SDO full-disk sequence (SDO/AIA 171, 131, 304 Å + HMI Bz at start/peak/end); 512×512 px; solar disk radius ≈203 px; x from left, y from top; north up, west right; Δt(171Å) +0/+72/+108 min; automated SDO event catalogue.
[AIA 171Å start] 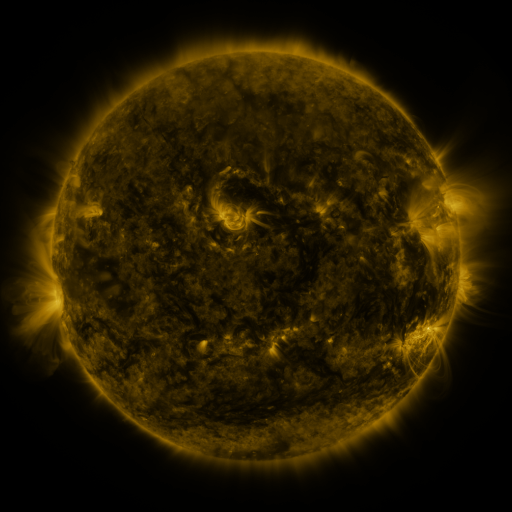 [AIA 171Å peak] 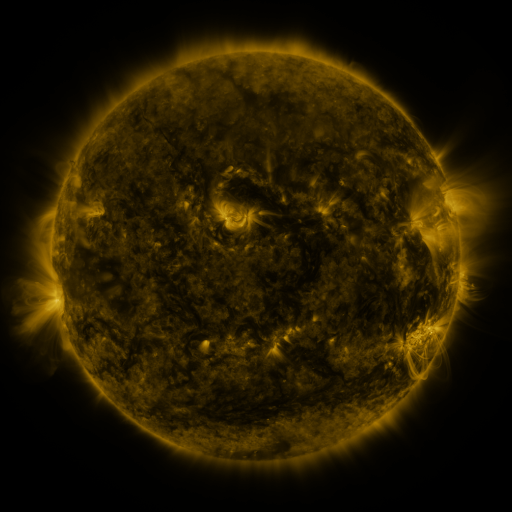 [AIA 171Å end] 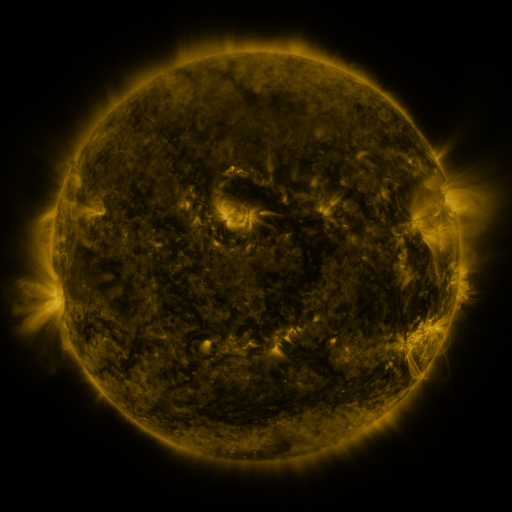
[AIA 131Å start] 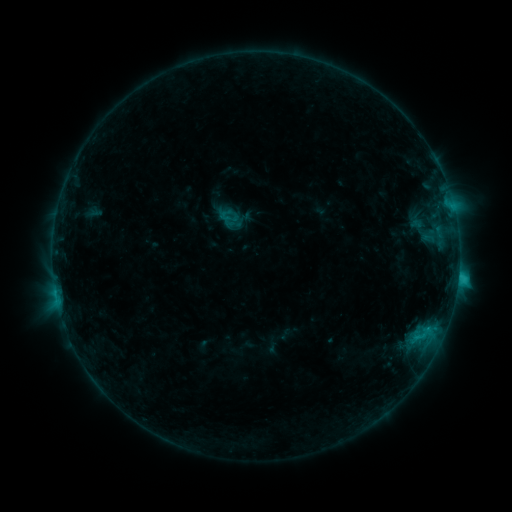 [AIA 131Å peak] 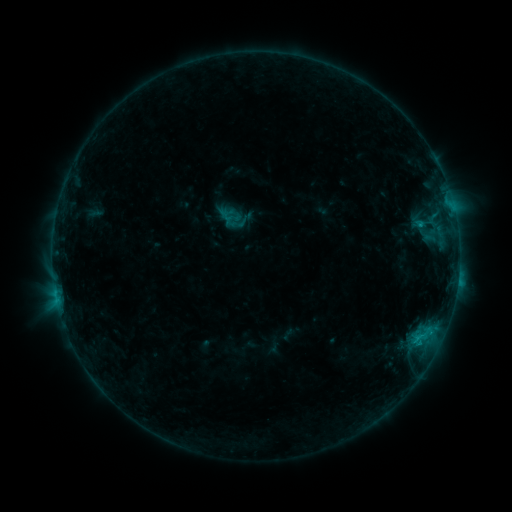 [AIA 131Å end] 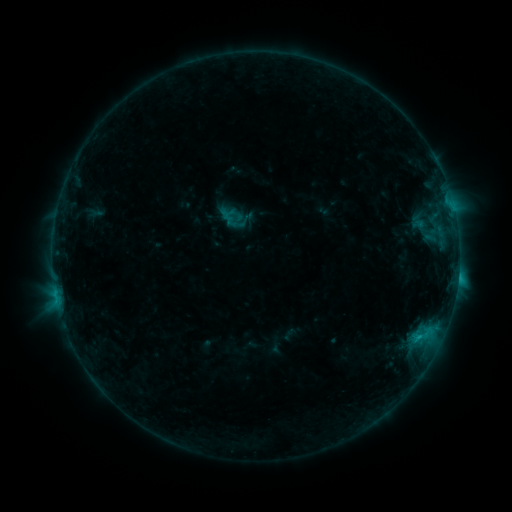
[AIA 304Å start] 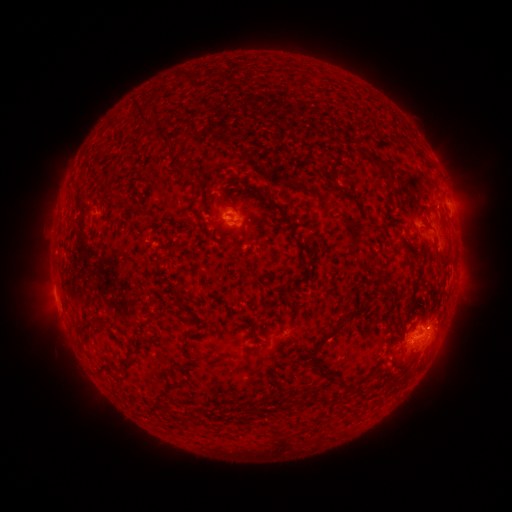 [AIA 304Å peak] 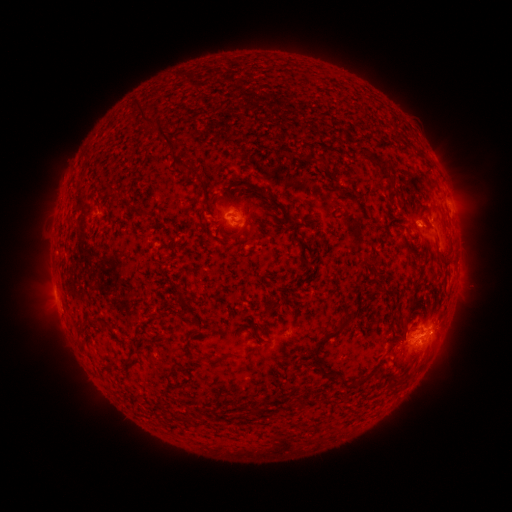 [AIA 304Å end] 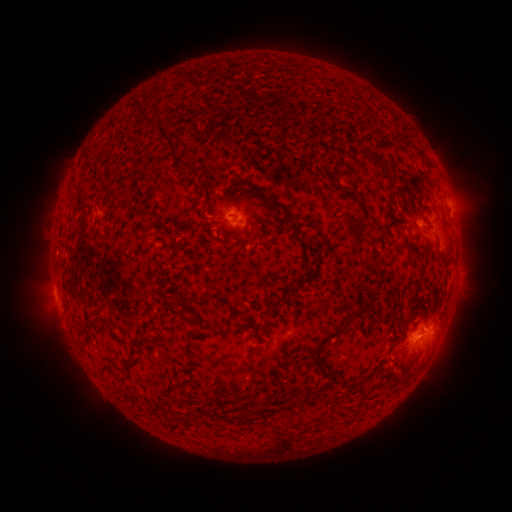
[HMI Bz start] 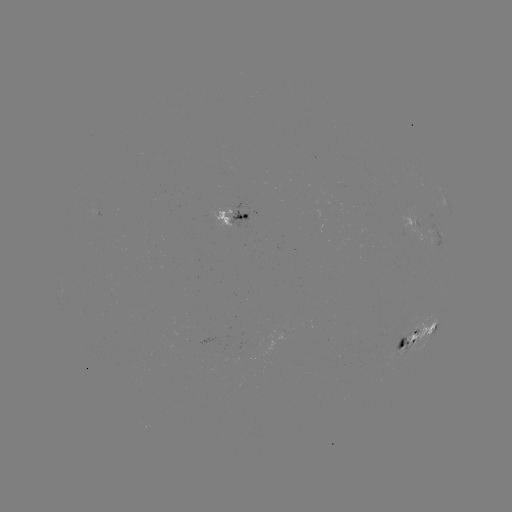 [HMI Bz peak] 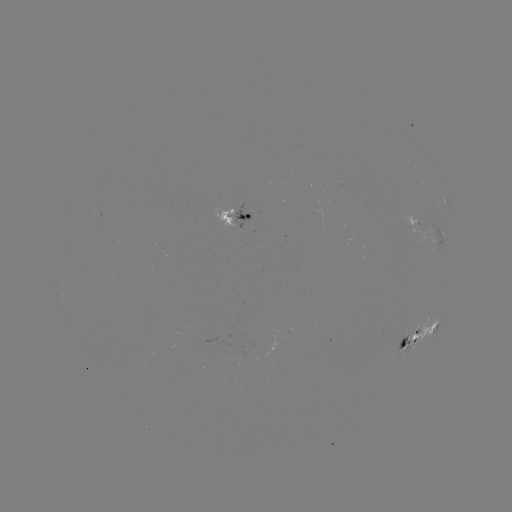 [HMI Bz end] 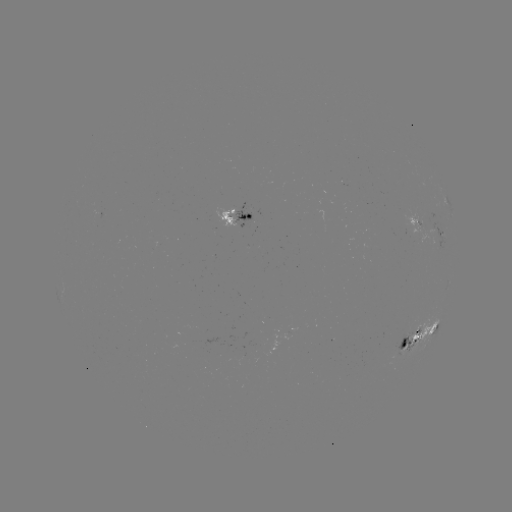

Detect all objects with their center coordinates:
emerging-flux region: (247, 220)
